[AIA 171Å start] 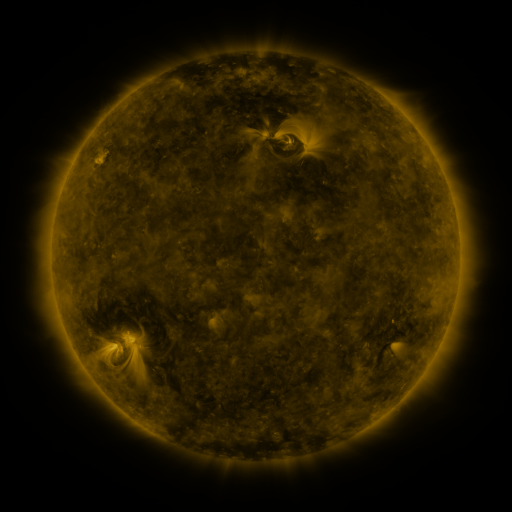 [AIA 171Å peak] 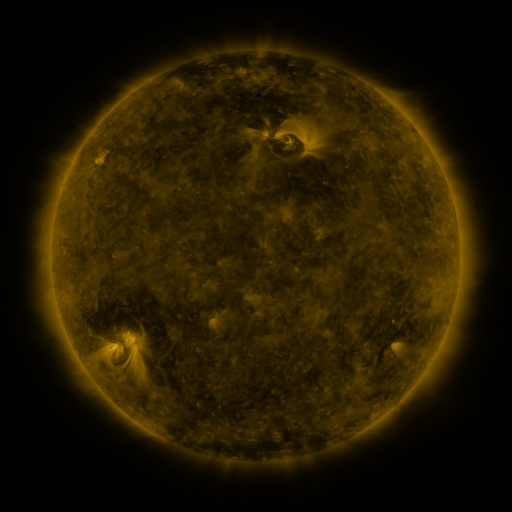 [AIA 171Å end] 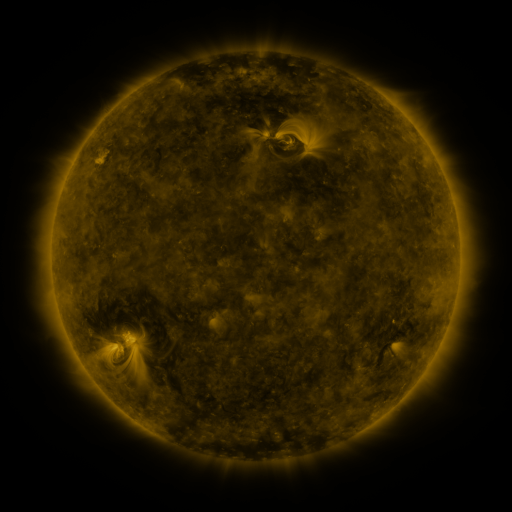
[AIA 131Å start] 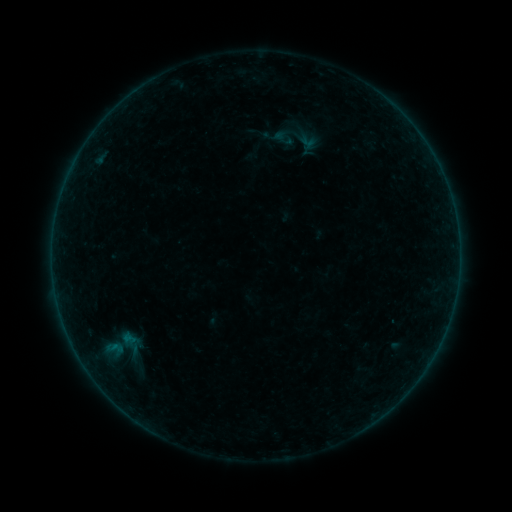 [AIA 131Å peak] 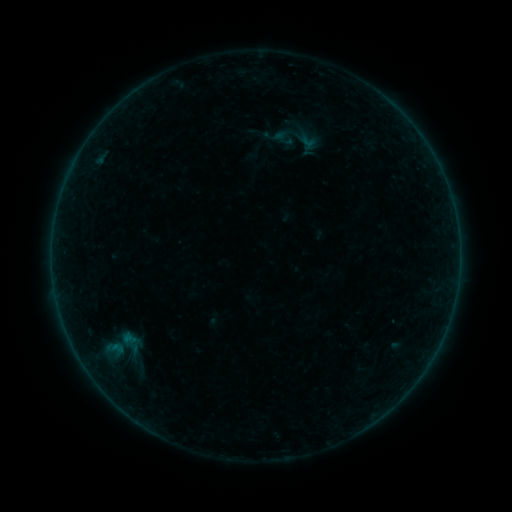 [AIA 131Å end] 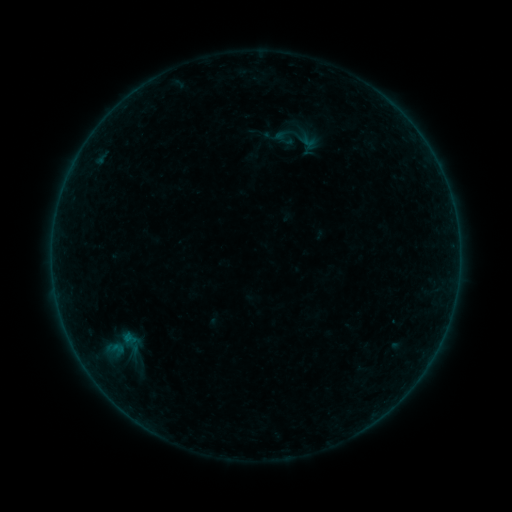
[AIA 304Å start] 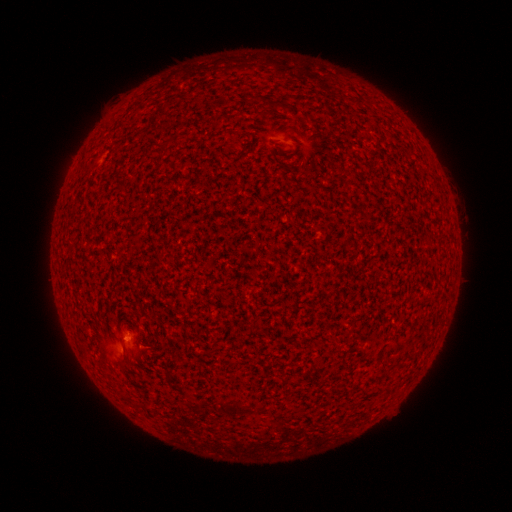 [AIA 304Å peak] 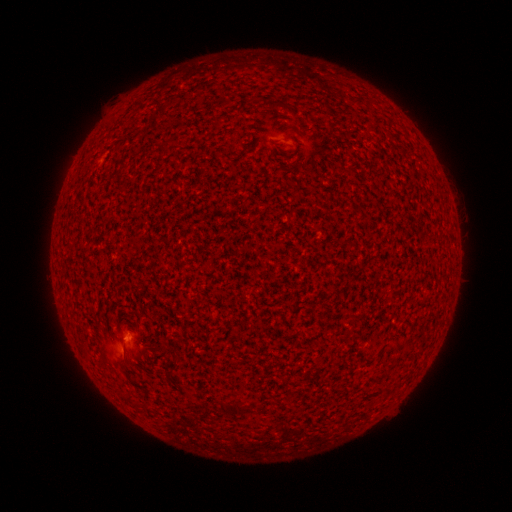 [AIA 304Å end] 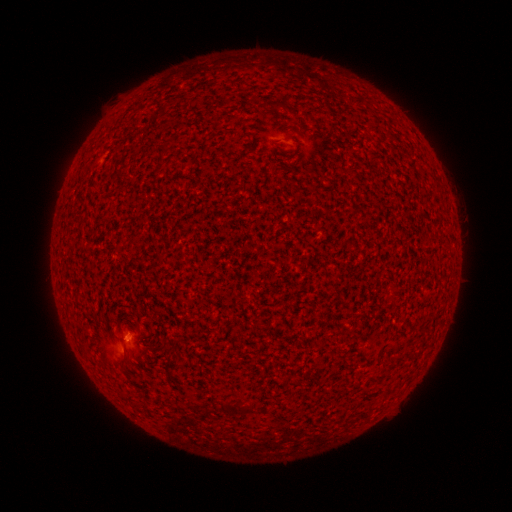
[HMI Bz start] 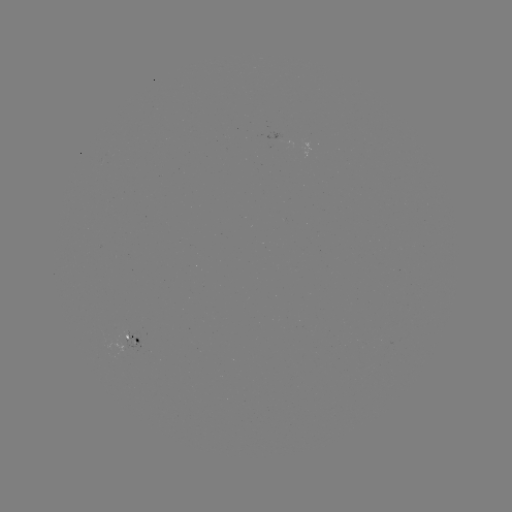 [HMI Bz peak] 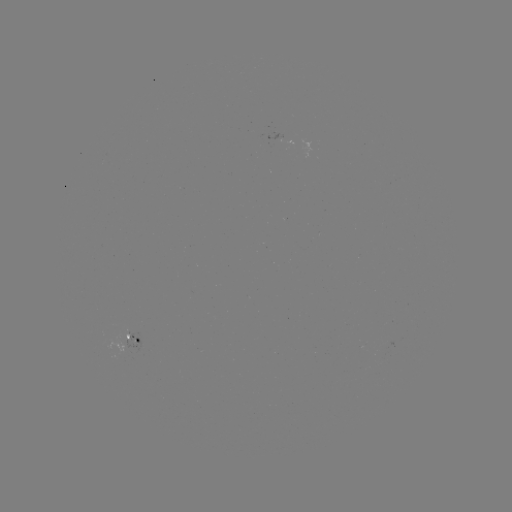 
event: flare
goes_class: A9.3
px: (128, 335)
